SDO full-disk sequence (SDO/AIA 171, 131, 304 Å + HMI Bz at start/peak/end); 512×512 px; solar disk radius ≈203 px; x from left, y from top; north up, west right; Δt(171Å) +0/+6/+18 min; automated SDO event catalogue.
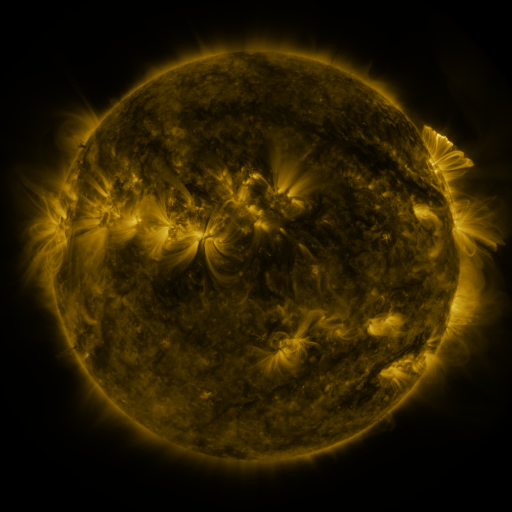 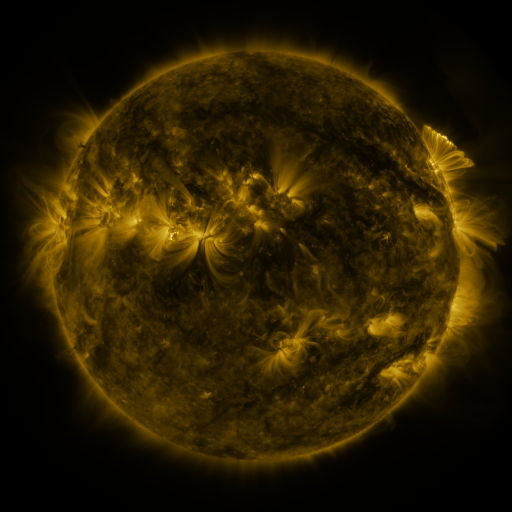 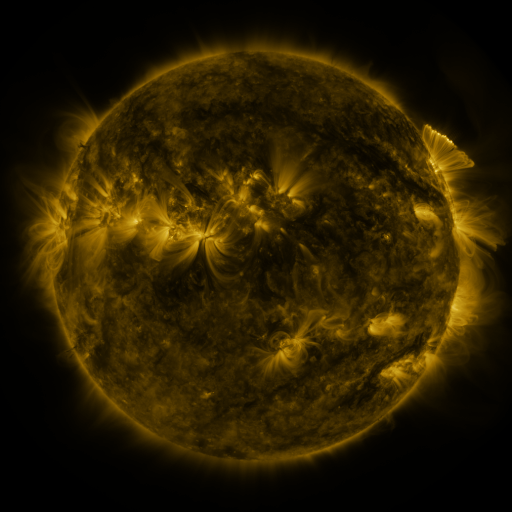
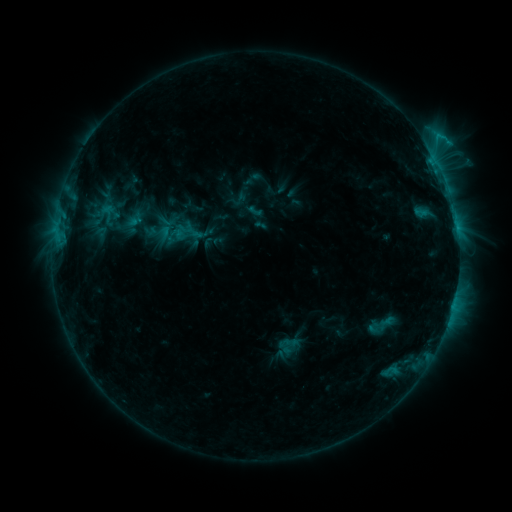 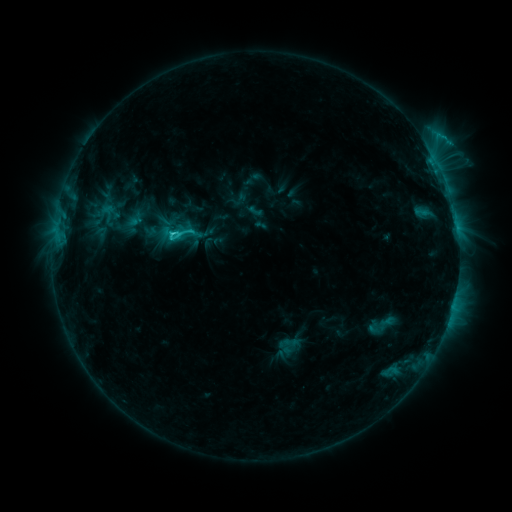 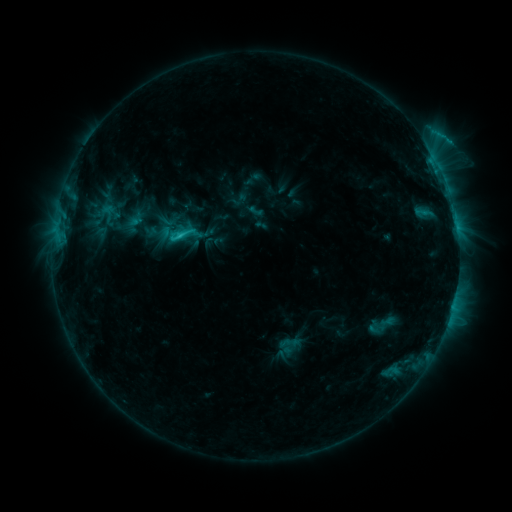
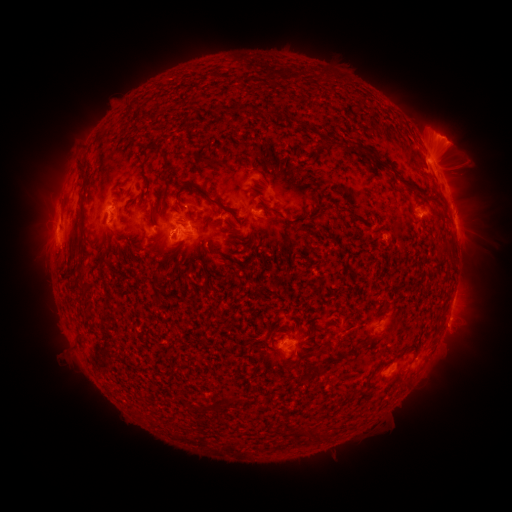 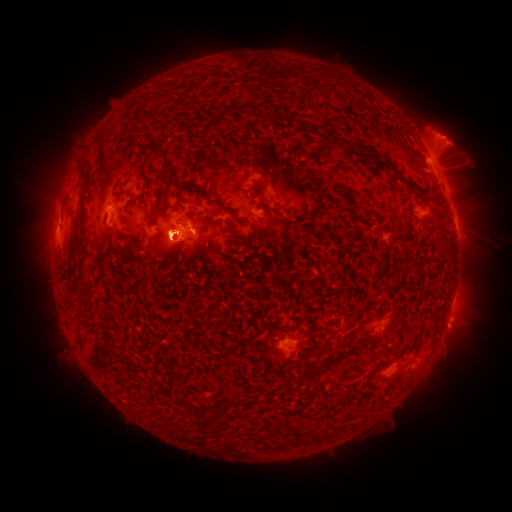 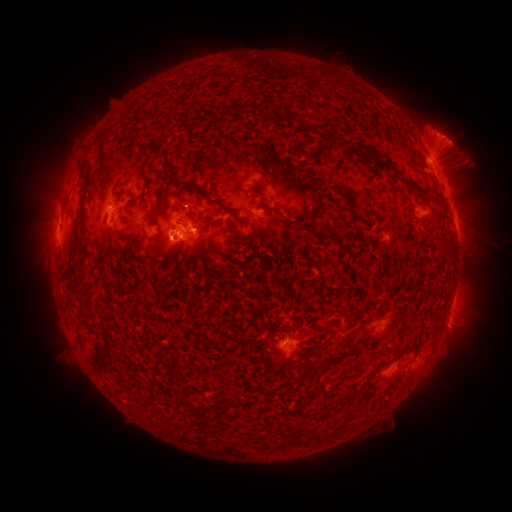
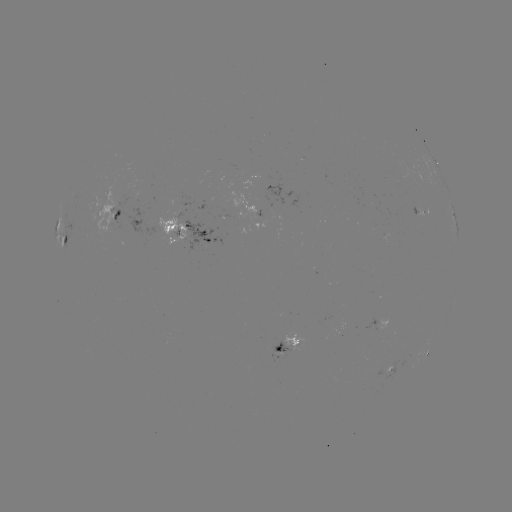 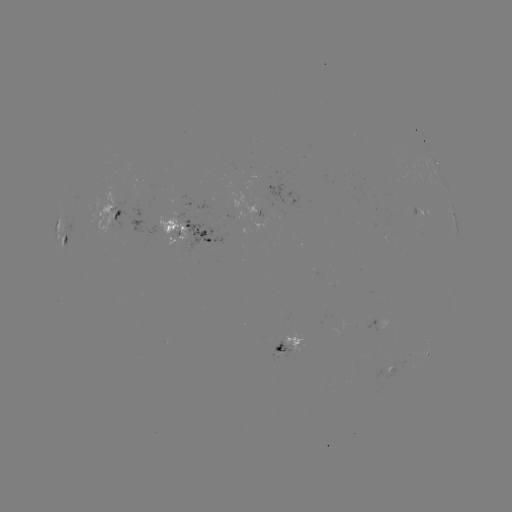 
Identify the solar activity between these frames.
C4.1 flare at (174, 230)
